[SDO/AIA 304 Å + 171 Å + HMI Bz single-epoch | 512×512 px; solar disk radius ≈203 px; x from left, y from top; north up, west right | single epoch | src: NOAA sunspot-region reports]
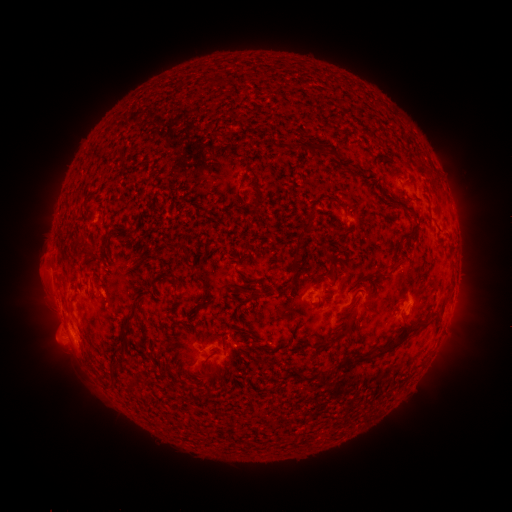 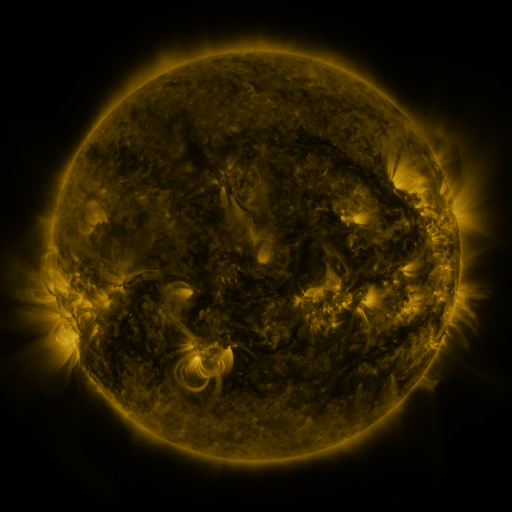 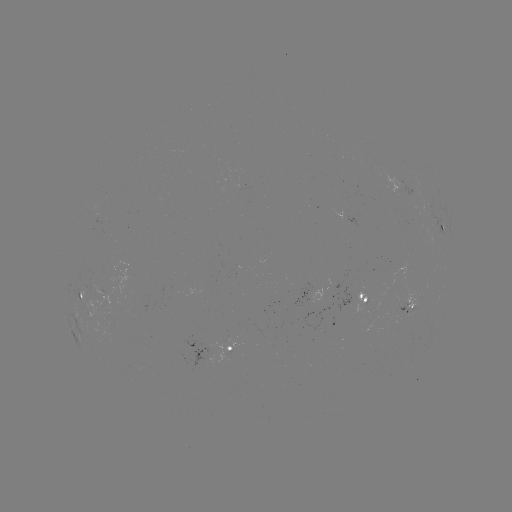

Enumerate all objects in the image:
spotted active region: (408, 189)
spotted active region: (443, 232)
spotted active region: (96, 295)
spotted active region: (365, 302)
spotted active region: (411, 305)
spotted active region: (216, 346)
